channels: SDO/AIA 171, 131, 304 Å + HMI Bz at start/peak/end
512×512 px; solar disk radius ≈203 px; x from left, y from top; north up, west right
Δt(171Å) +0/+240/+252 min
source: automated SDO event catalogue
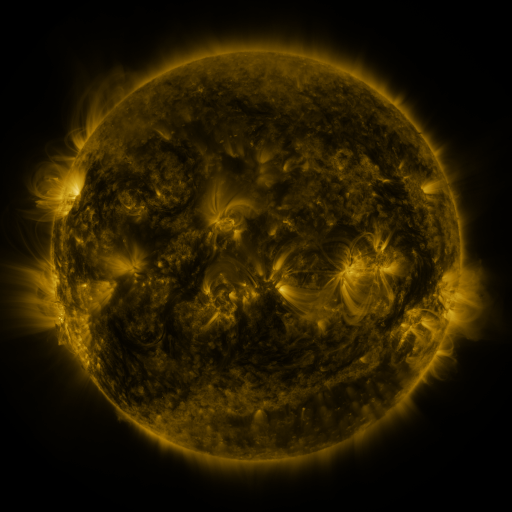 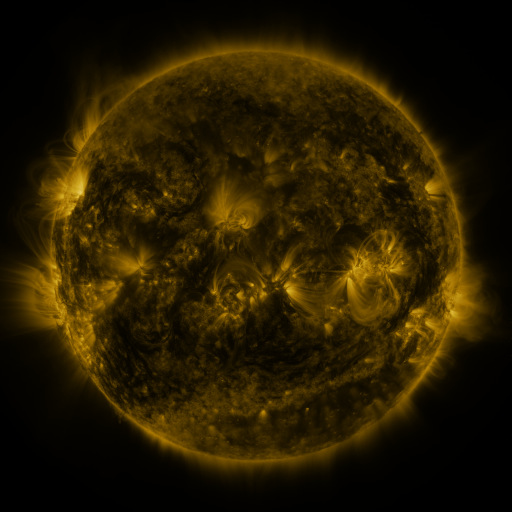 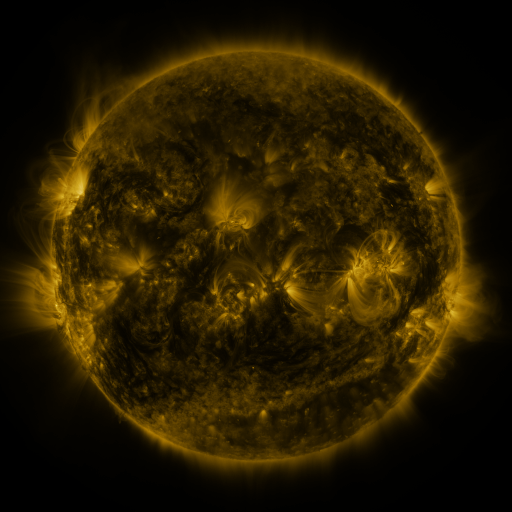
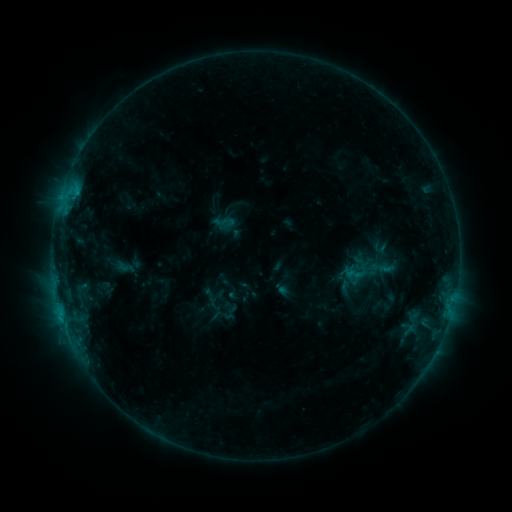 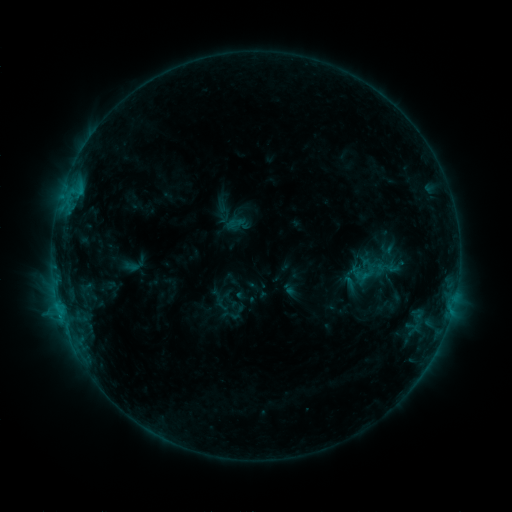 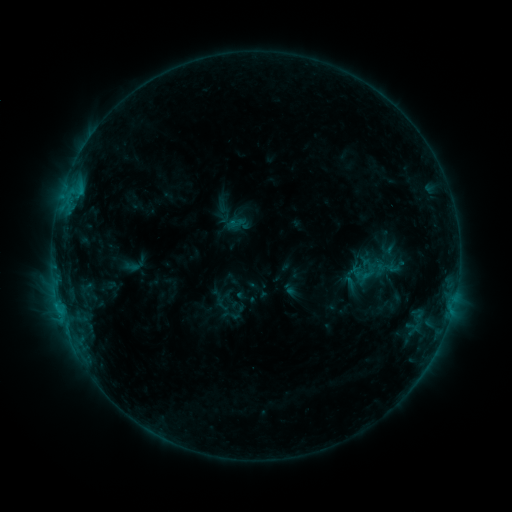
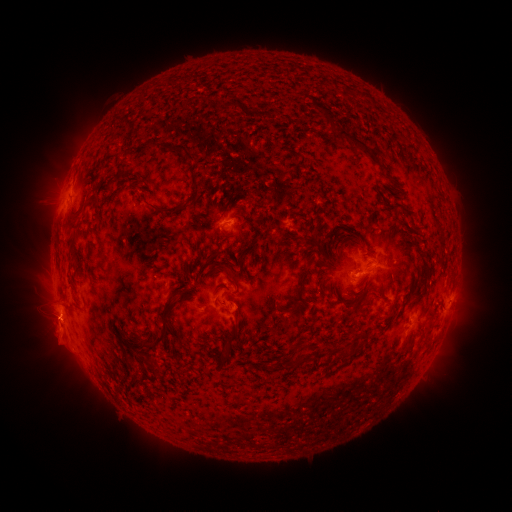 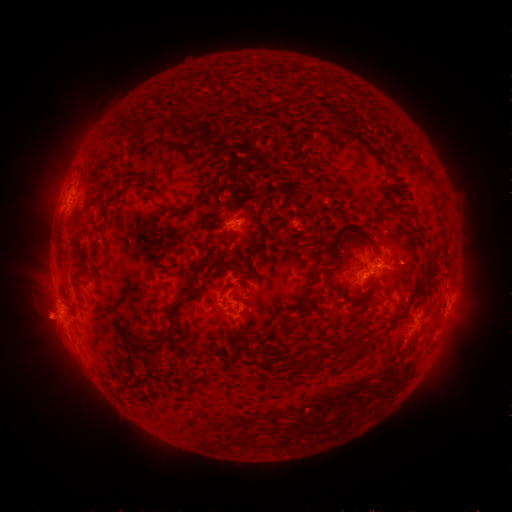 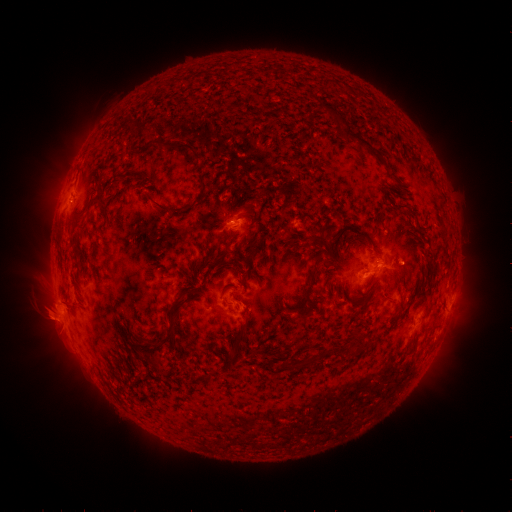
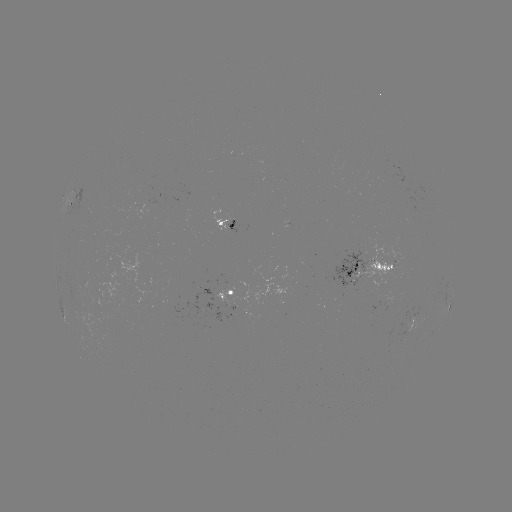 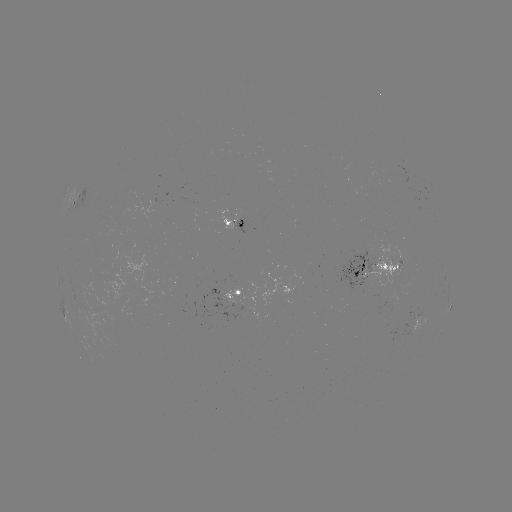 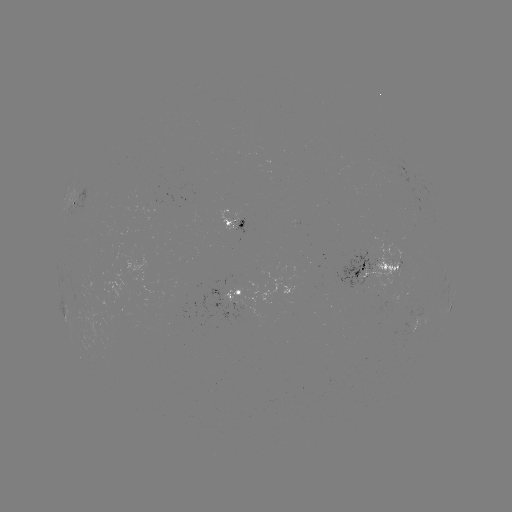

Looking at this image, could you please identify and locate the emerging-flux region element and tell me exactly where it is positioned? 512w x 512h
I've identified emerging-flux region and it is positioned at [358, 276].